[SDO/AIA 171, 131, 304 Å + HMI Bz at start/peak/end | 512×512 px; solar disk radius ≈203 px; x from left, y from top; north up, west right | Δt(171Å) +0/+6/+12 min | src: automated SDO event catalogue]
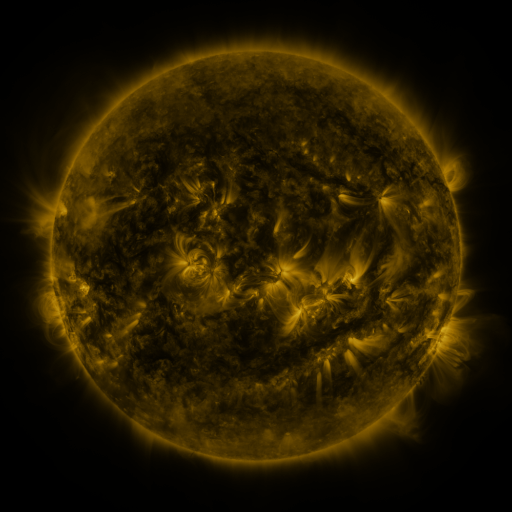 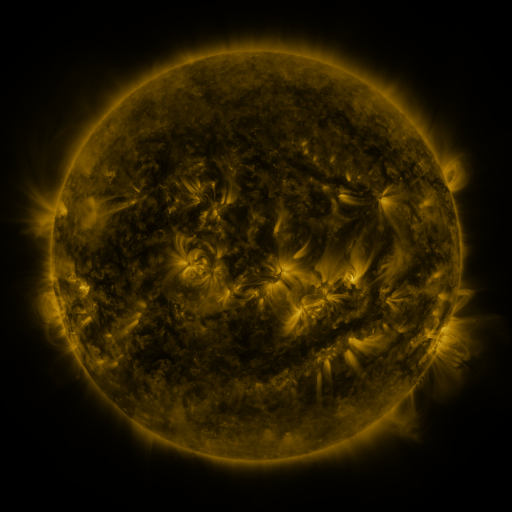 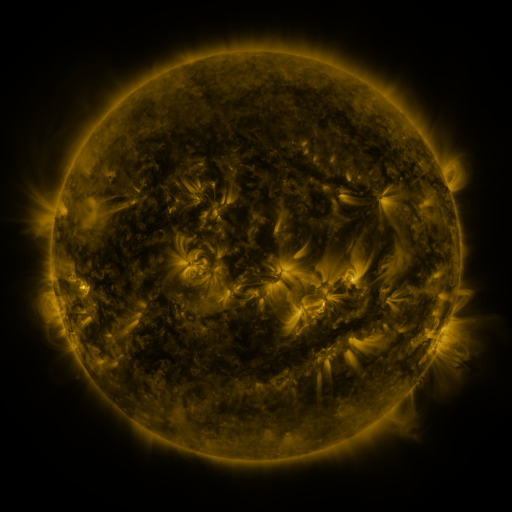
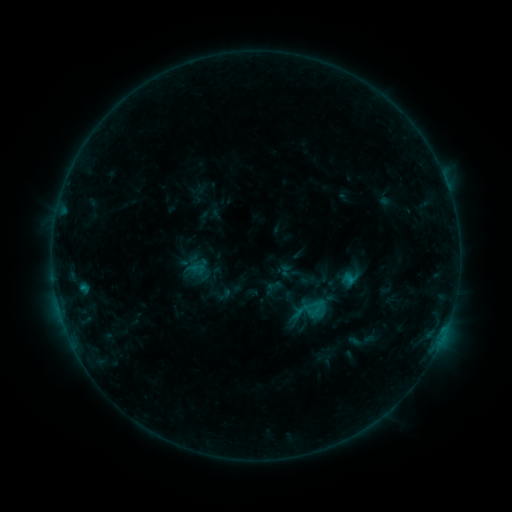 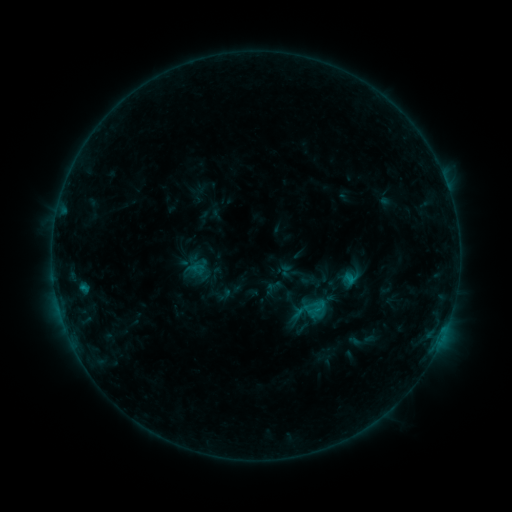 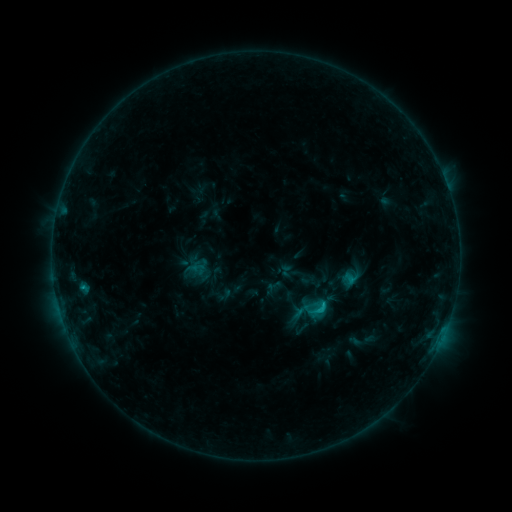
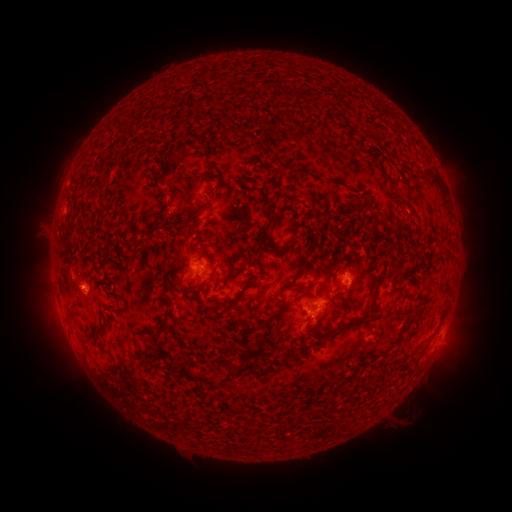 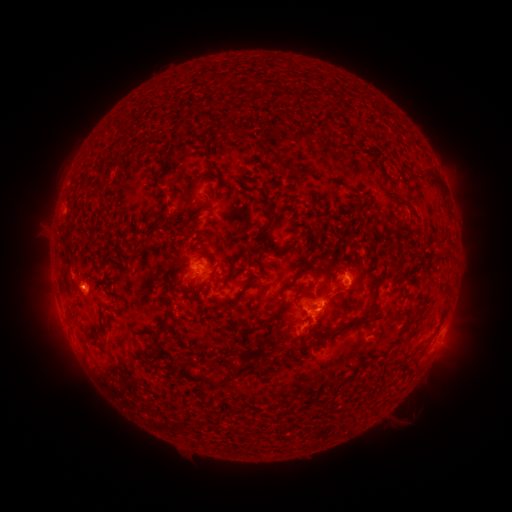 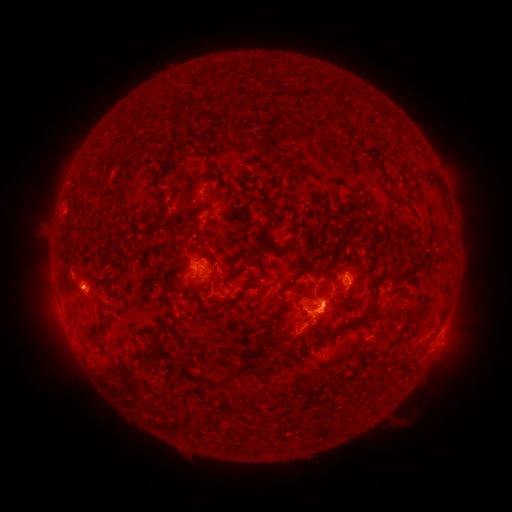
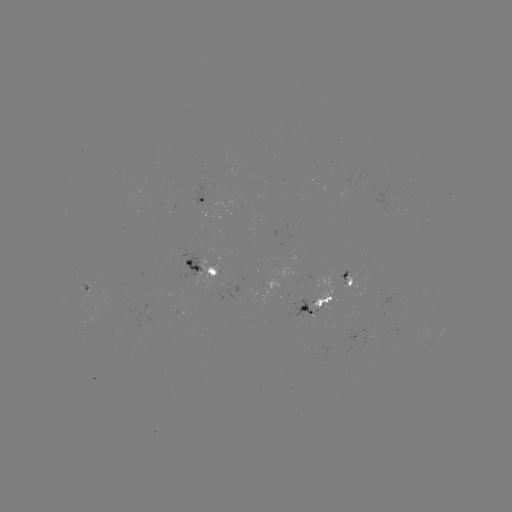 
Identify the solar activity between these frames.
eruption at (328, 314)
